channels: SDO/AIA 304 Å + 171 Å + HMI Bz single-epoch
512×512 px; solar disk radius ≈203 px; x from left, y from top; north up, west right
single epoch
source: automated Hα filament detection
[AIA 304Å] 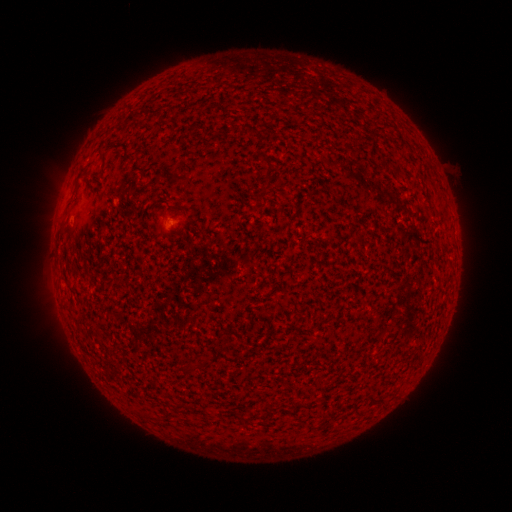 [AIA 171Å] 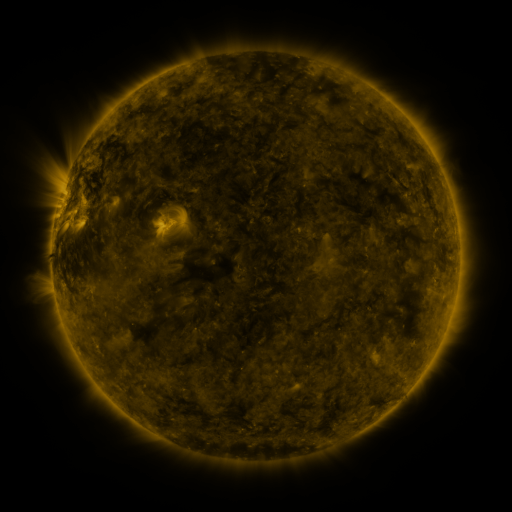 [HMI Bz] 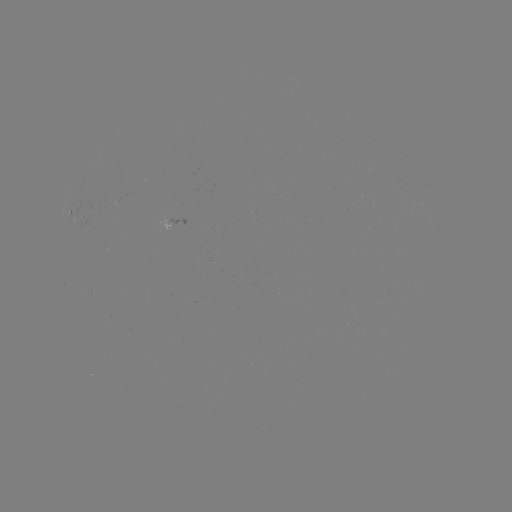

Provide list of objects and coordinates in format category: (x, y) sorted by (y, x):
filament: (297, 90)
filament: (255, 97)
filament: (289, 113)
filament: (344, 118)
filament: (382, 160)
filament: (268, 162)
